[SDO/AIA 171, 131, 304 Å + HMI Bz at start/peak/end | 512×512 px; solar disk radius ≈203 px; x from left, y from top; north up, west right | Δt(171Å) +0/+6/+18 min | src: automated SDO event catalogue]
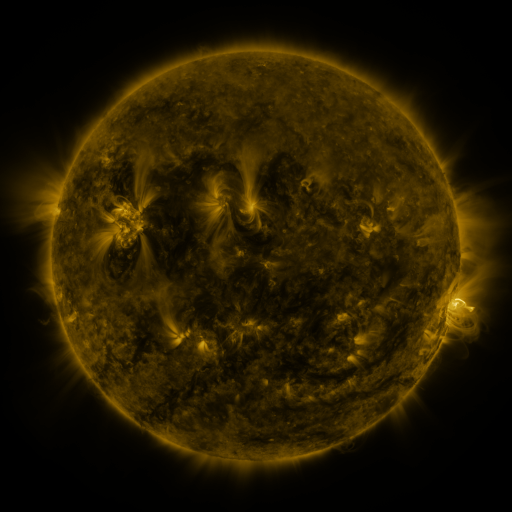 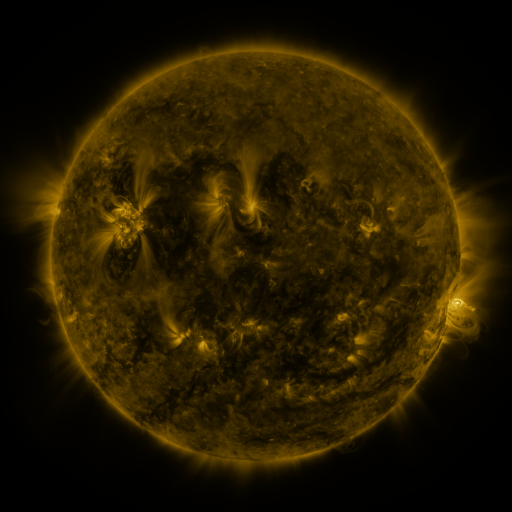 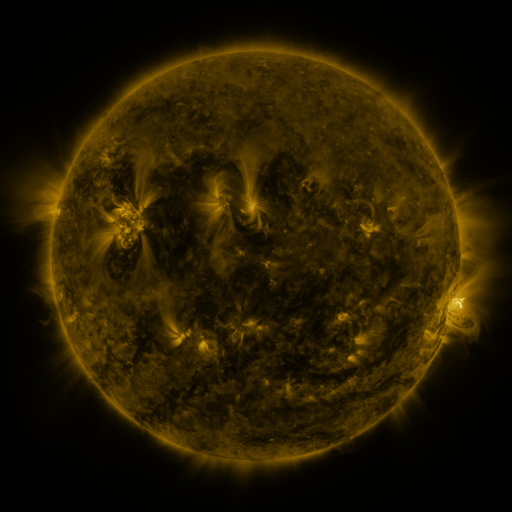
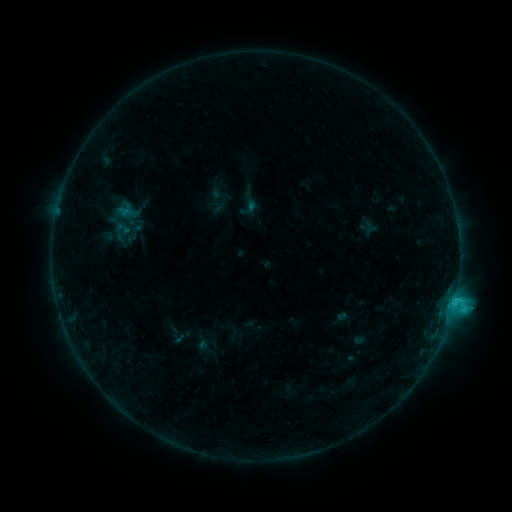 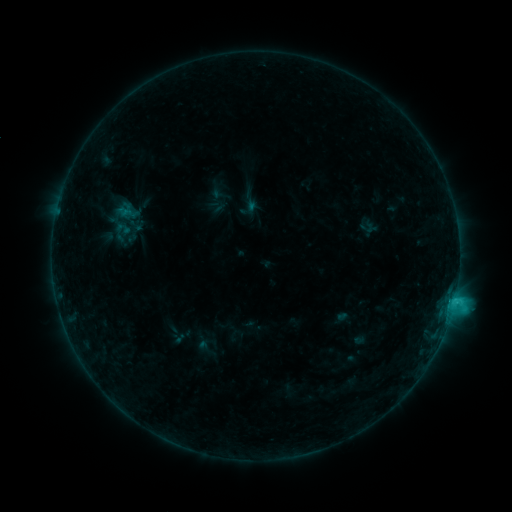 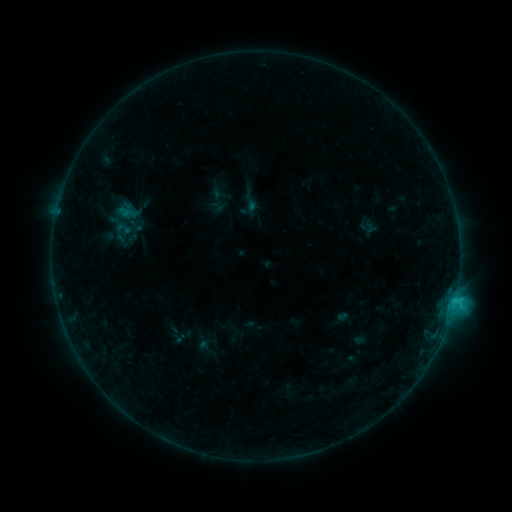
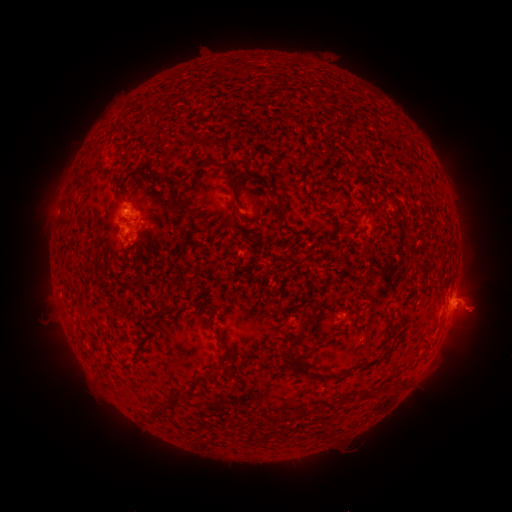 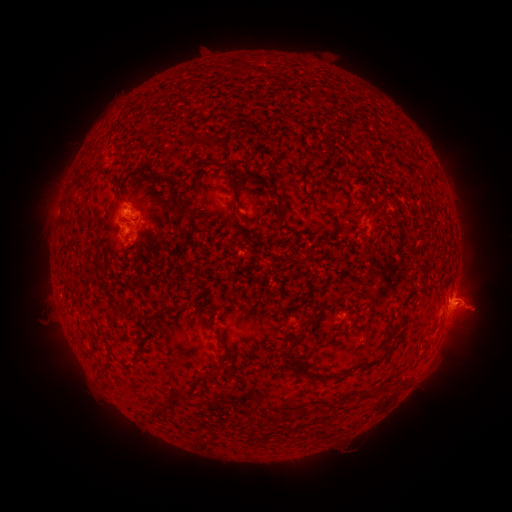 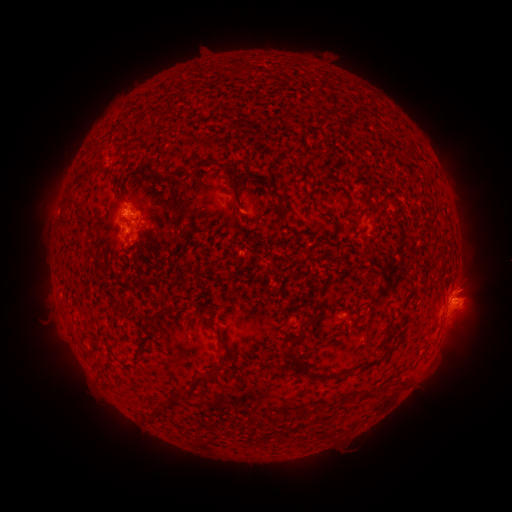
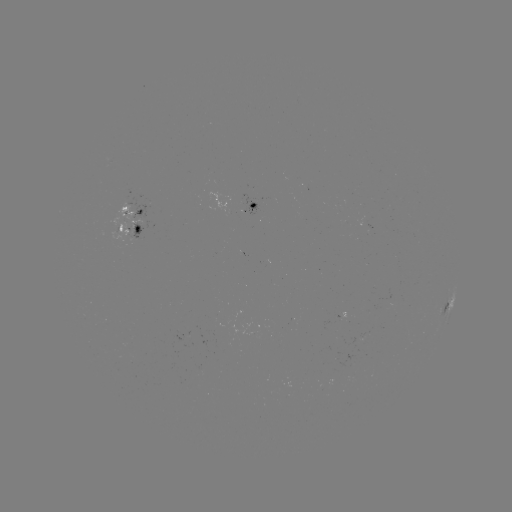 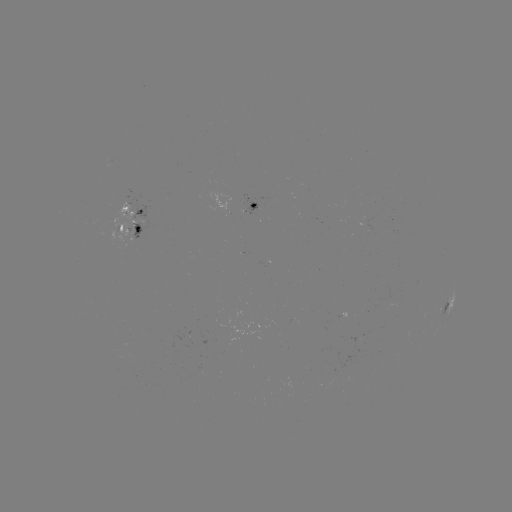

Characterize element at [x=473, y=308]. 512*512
eruption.